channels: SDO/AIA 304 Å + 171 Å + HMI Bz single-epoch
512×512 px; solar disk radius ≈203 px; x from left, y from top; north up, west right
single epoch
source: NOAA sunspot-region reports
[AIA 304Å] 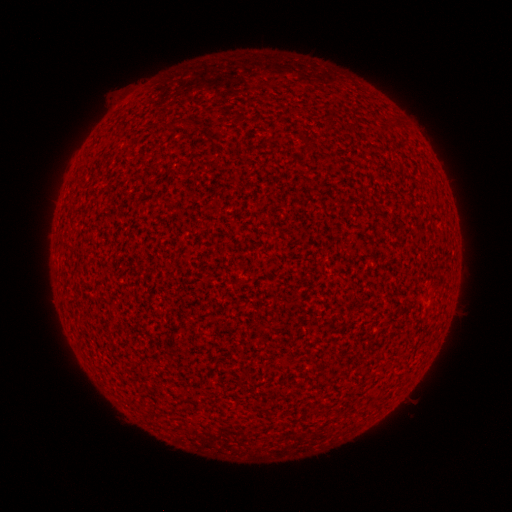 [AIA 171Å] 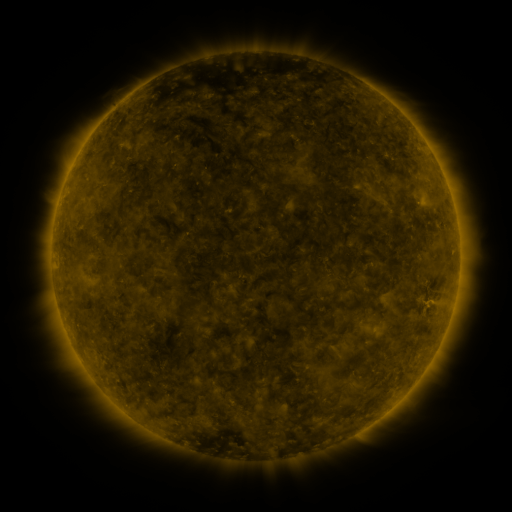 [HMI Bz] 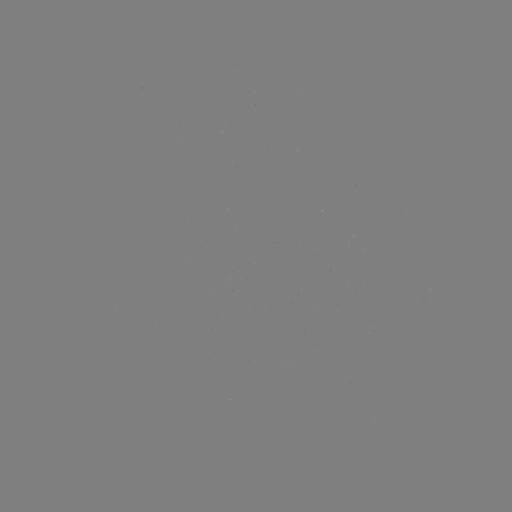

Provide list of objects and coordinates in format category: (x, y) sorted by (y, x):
(none)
